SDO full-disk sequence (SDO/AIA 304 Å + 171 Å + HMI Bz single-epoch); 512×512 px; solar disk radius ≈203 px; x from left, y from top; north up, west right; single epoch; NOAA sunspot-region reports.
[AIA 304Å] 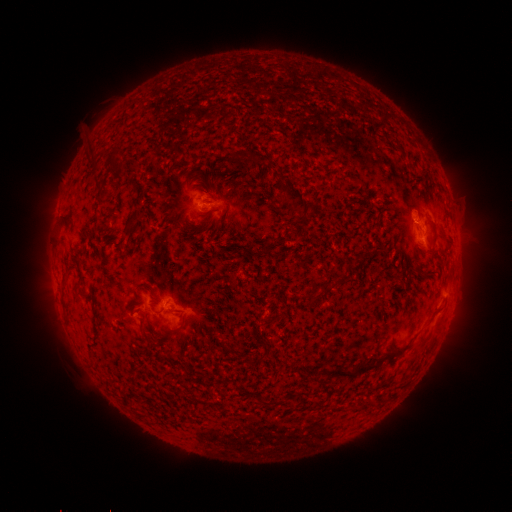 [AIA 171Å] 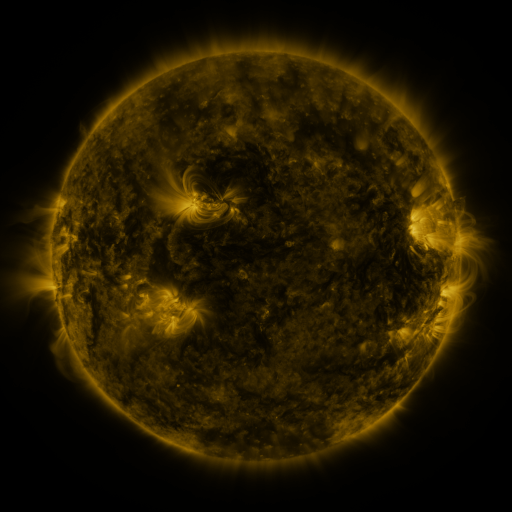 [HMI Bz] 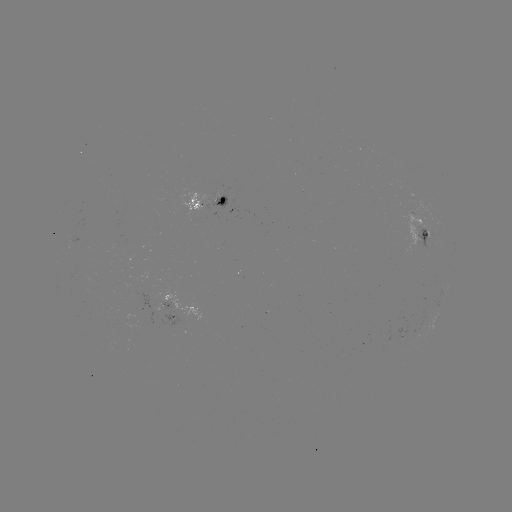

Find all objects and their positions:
spotted active region: (207, 204)
spotted active region: (422, 230)
spotted active region: (161, 301)
